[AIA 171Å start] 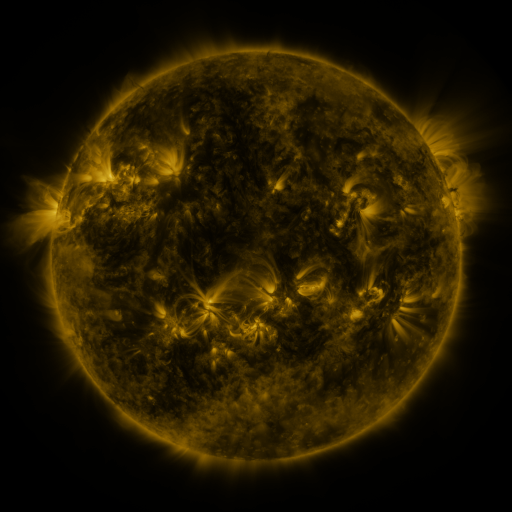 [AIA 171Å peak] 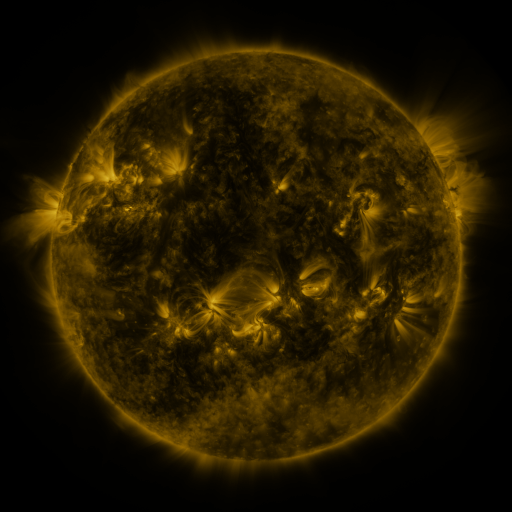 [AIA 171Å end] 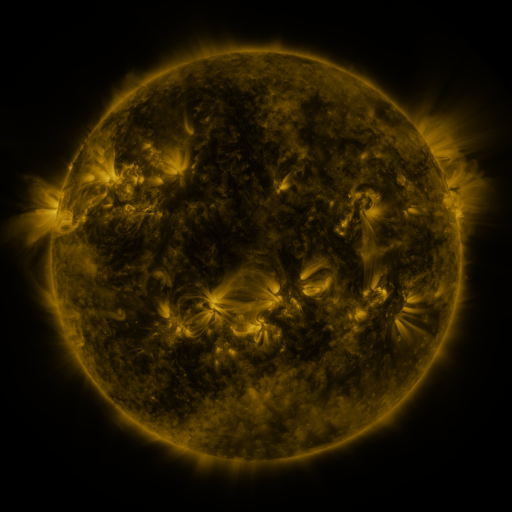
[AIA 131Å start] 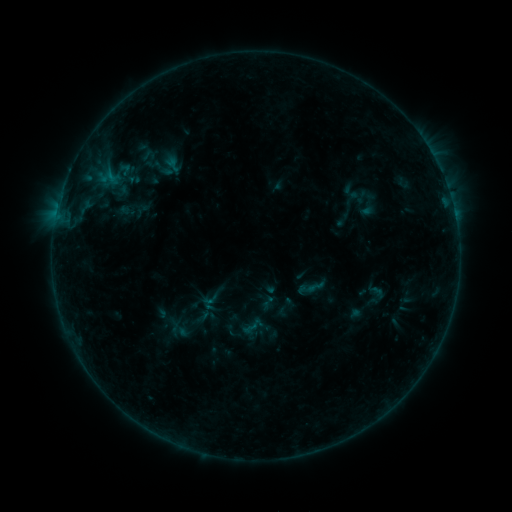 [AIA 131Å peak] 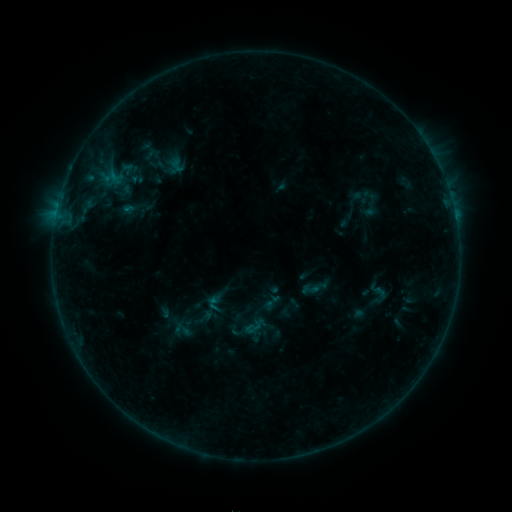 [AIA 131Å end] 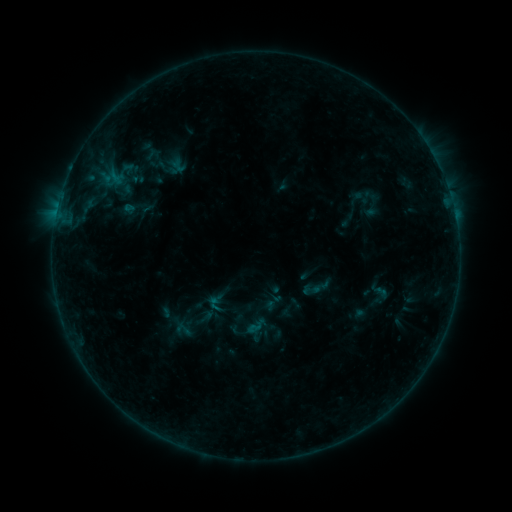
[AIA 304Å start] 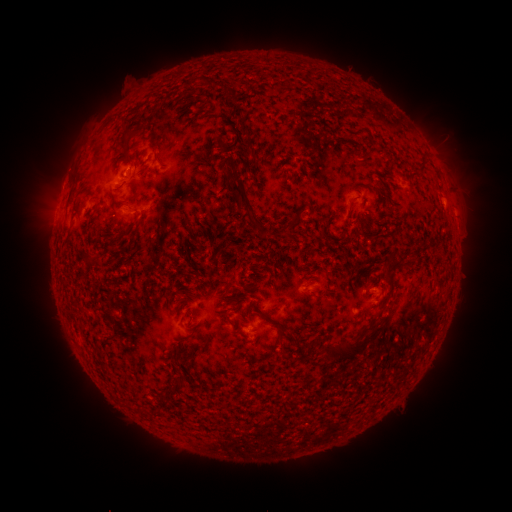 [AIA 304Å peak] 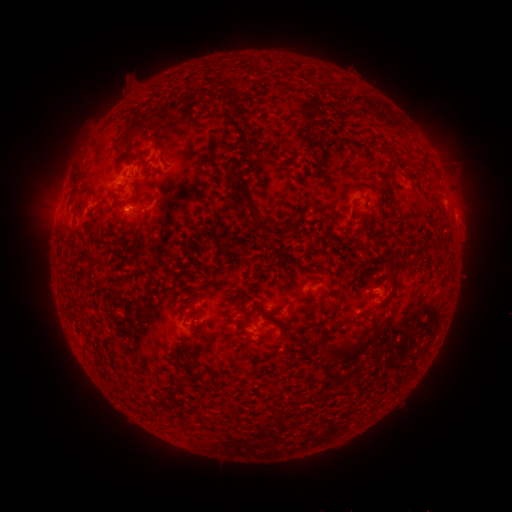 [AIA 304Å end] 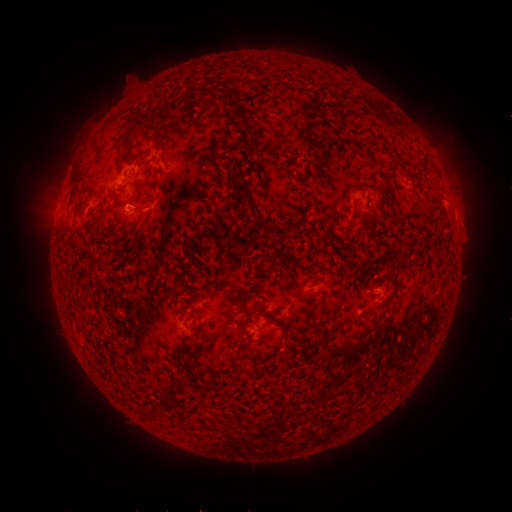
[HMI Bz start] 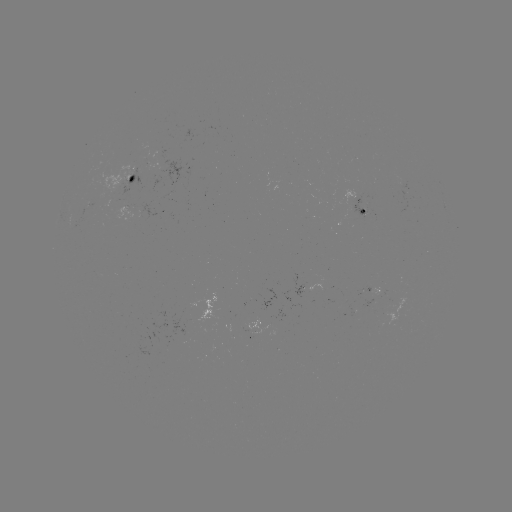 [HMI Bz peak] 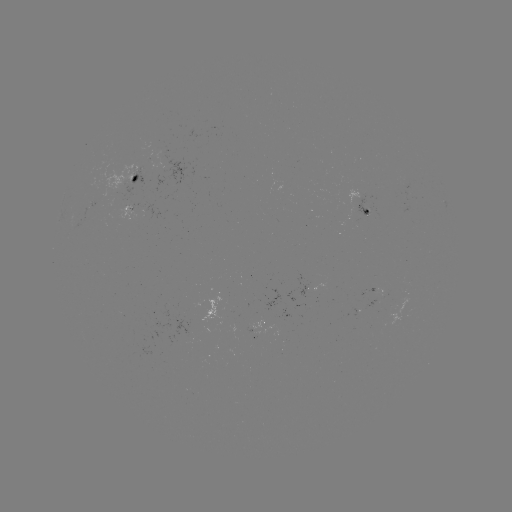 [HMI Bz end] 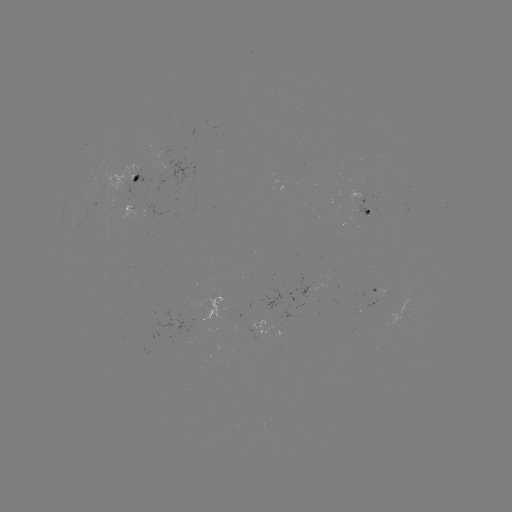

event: emerging-flux region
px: (315, 285)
